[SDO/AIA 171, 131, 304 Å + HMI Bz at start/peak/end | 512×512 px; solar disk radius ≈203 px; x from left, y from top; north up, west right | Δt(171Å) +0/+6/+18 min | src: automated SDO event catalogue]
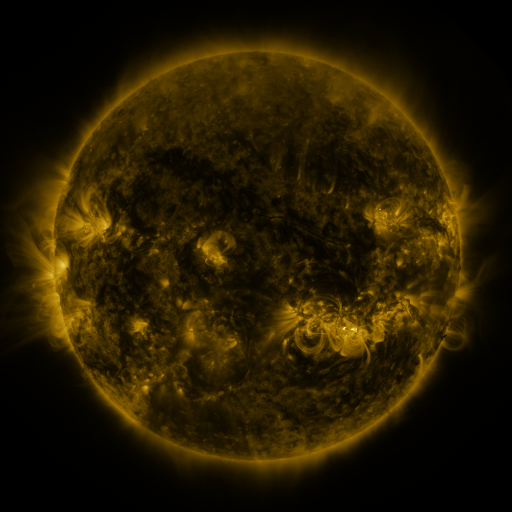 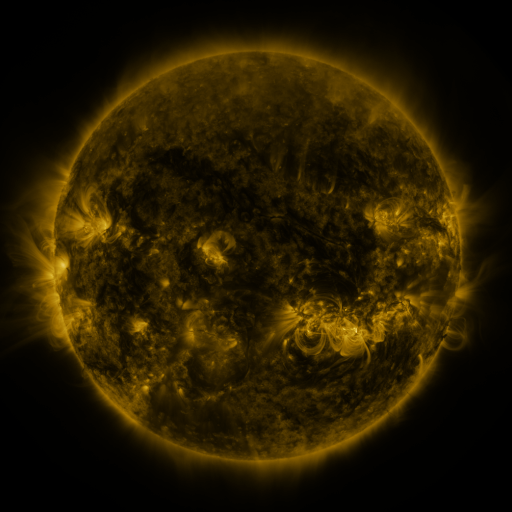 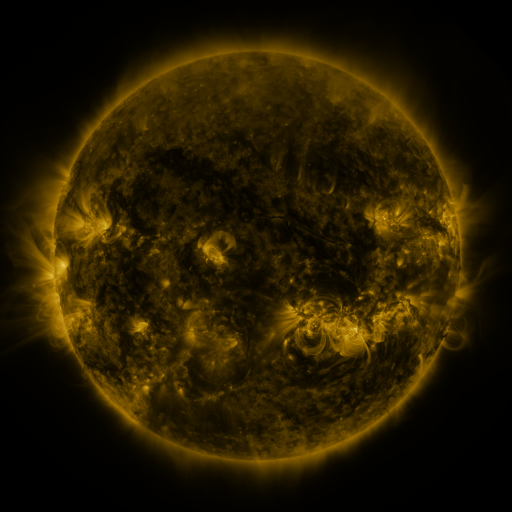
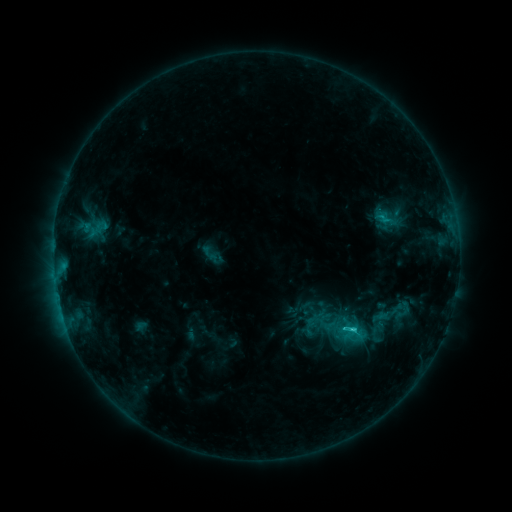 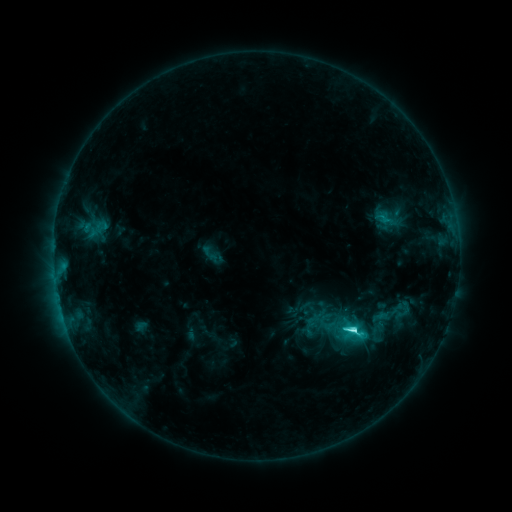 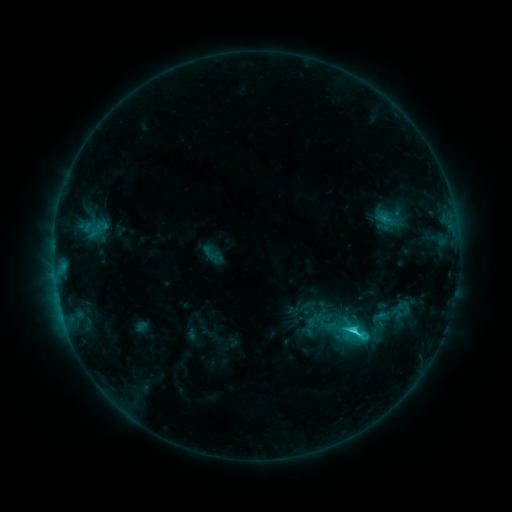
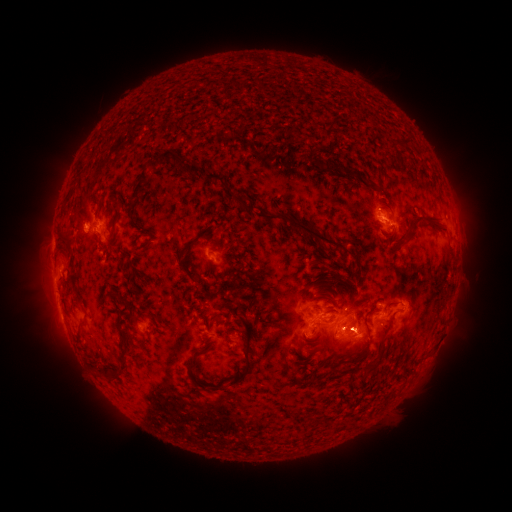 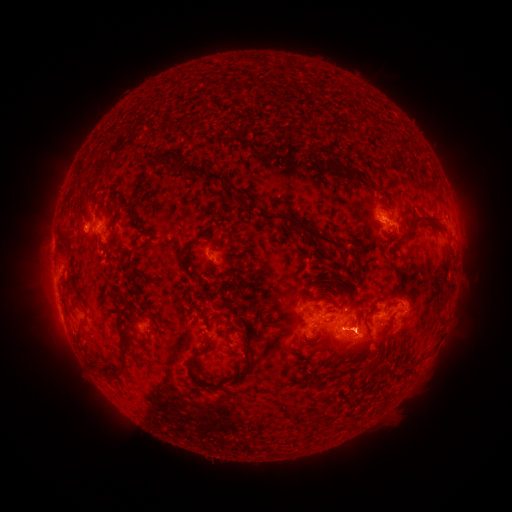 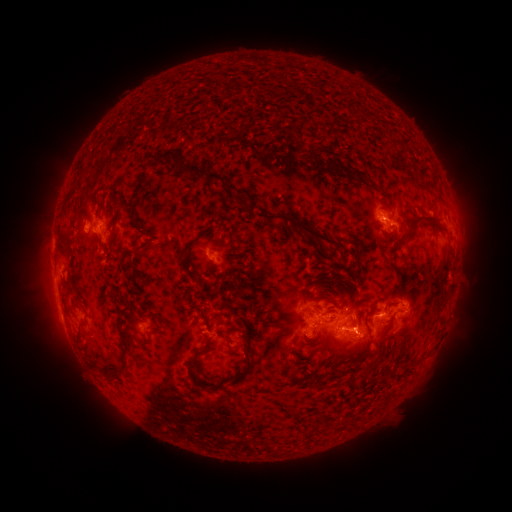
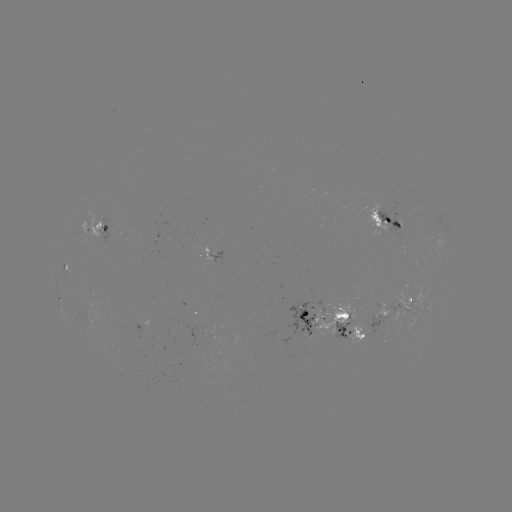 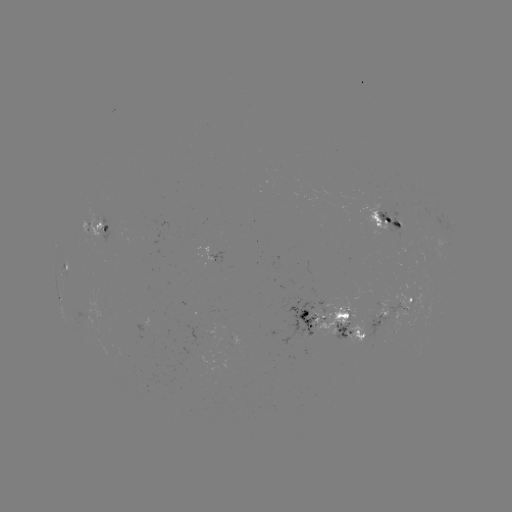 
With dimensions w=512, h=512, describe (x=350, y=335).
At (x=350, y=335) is C6.3 flare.